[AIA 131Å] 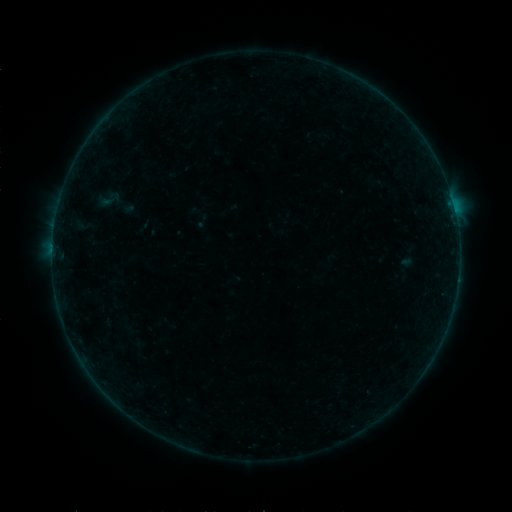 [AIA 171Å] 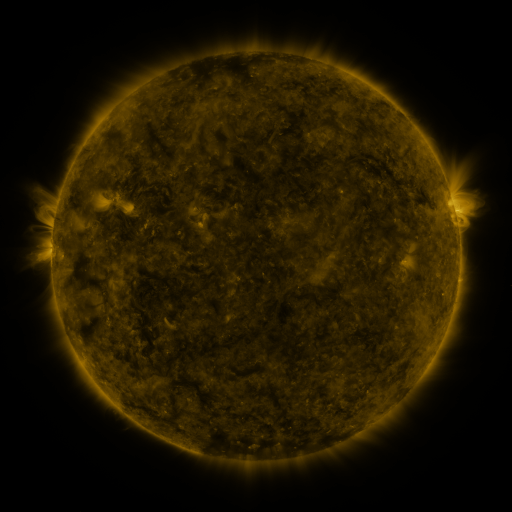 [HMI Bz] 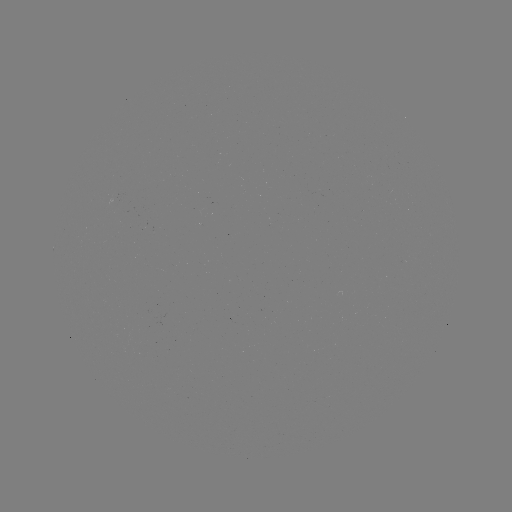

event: sigmoid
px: (108, 199)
